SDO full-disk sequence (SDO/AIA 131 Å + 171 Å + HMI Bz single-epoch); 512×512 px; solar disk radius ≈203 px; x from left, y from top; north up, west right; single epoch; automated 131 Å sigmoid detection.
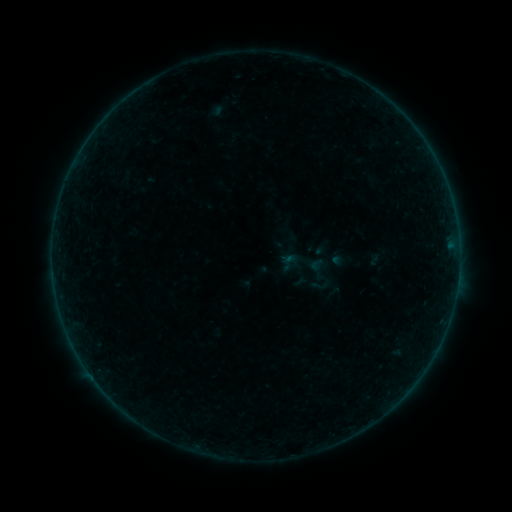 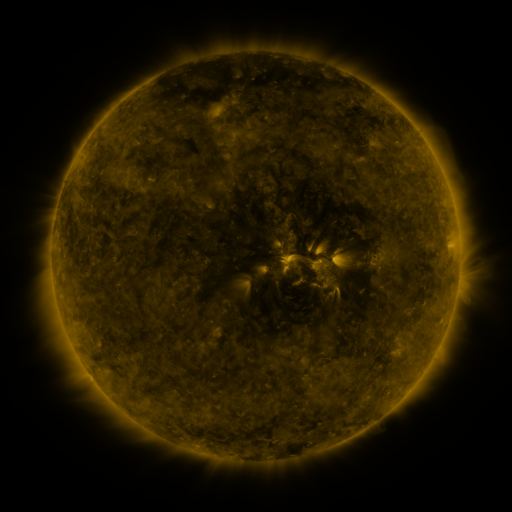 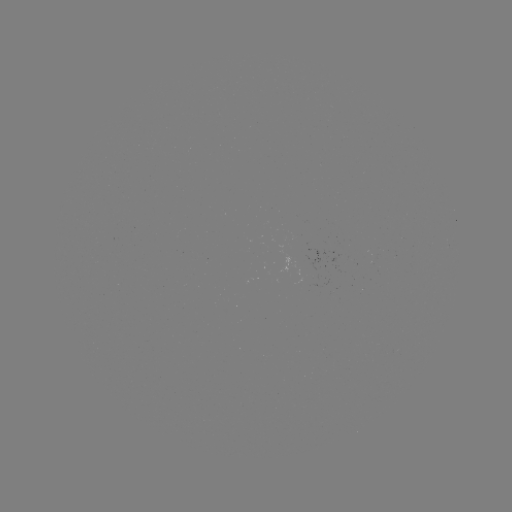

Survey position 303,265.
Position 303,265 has sigmoid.